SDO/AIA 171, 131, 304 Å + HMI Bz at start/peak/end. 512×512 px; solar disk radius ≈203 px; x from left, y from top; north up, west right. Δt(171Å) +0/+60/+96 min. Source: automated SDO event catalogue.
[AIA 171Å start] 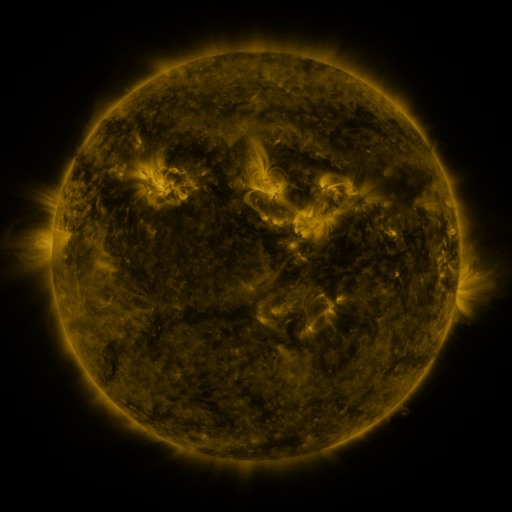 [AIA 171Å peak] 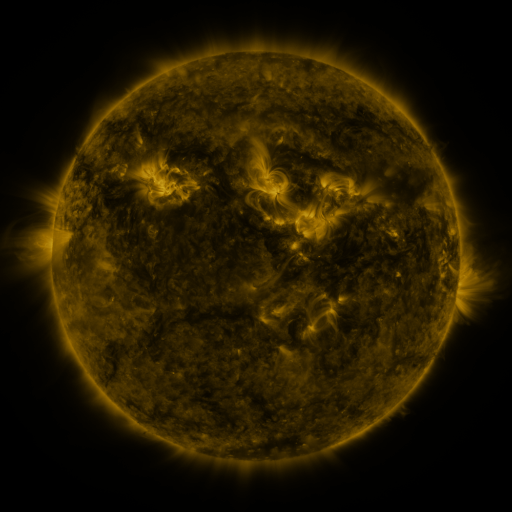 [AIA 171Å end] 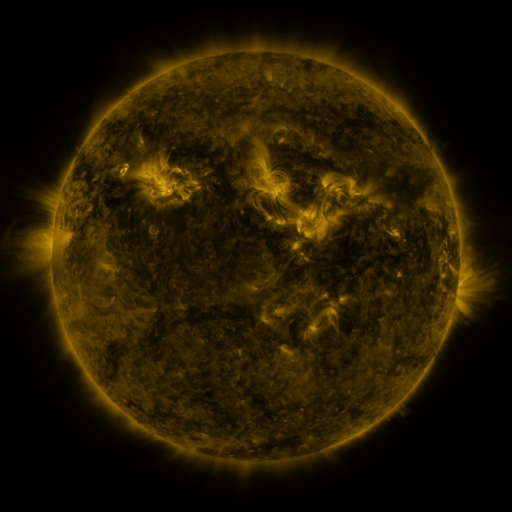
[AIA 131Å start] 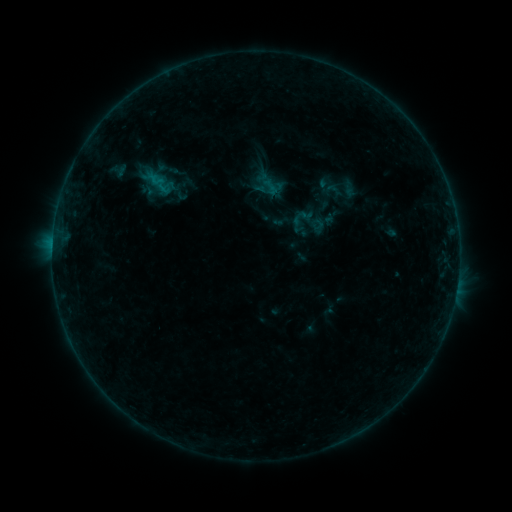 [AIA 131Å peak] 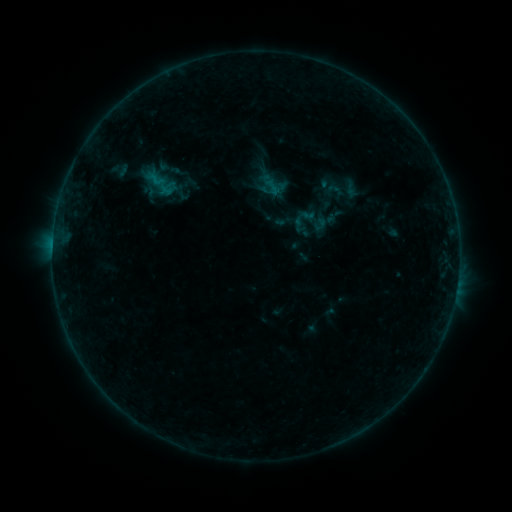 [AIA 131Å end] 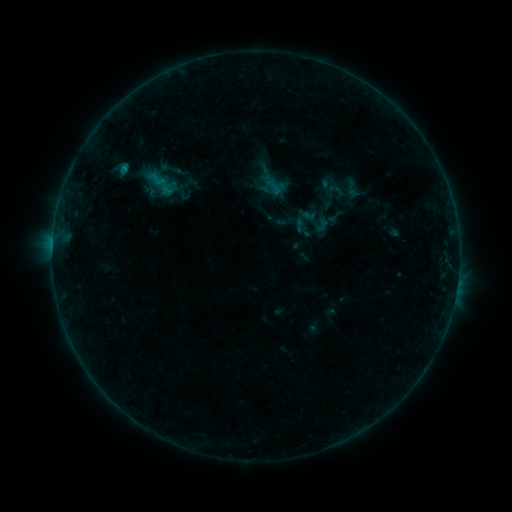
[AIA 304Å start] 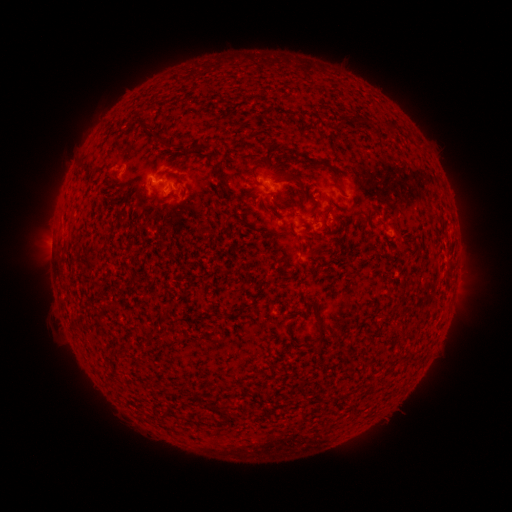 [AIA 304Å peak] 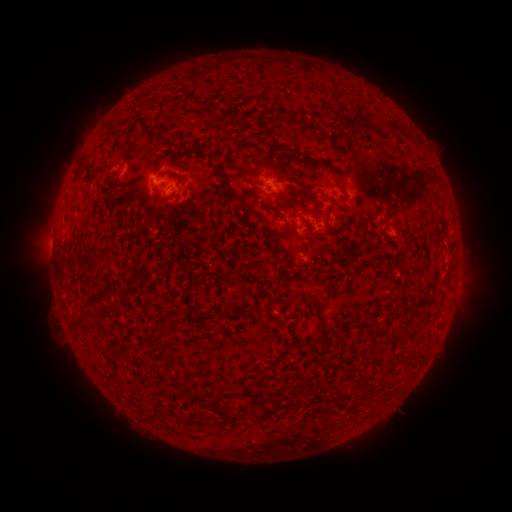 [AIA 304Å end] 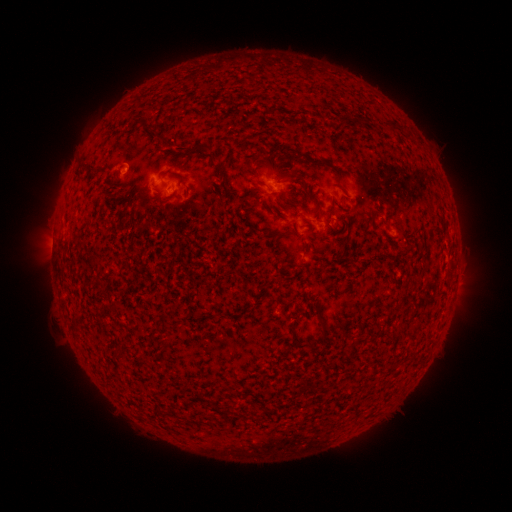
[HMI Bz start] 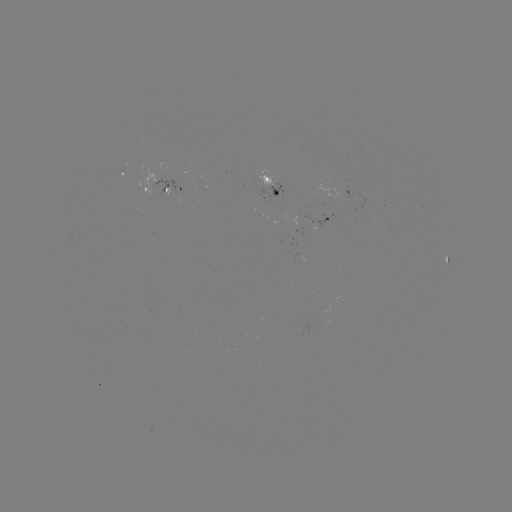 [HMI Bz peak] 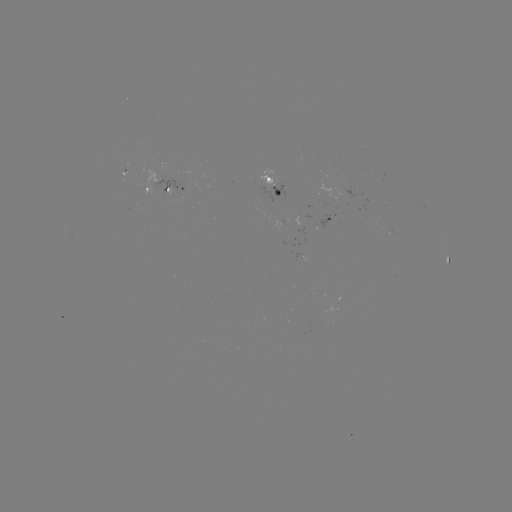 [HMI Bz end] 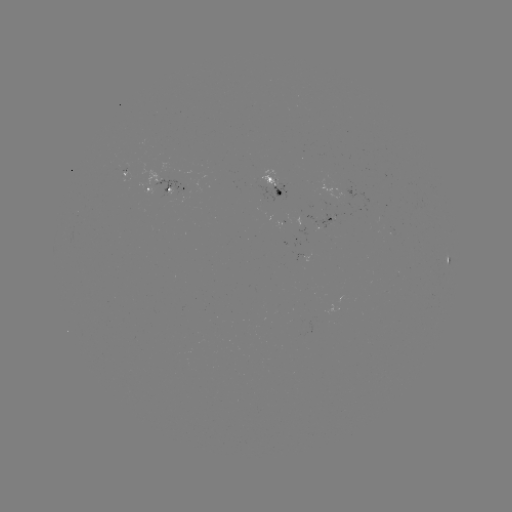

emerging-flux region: <bbox>381, 226, 394, 236</bbox>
